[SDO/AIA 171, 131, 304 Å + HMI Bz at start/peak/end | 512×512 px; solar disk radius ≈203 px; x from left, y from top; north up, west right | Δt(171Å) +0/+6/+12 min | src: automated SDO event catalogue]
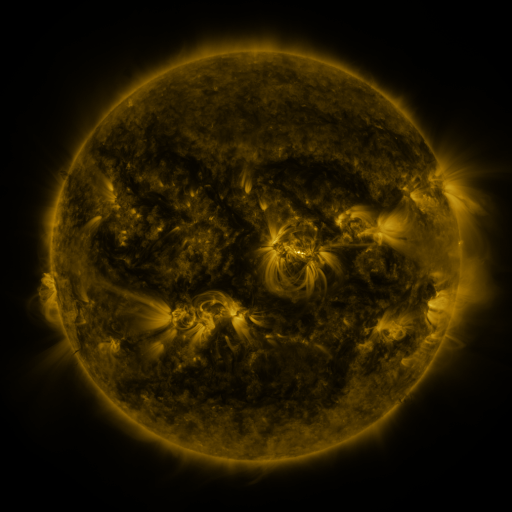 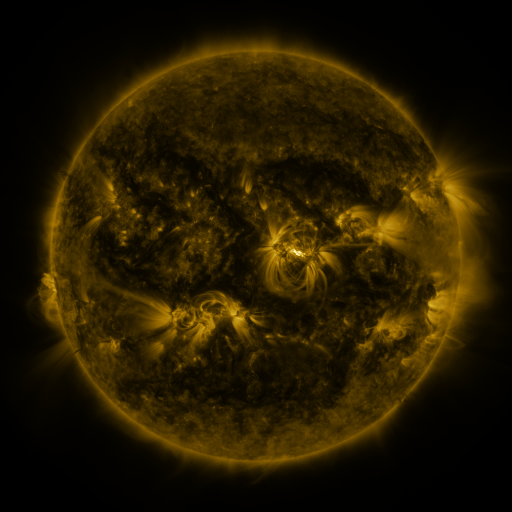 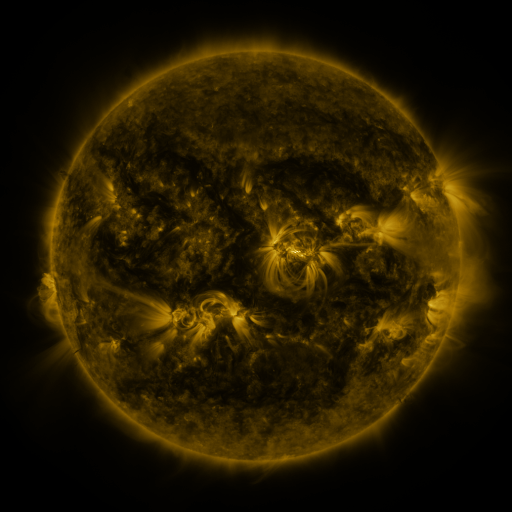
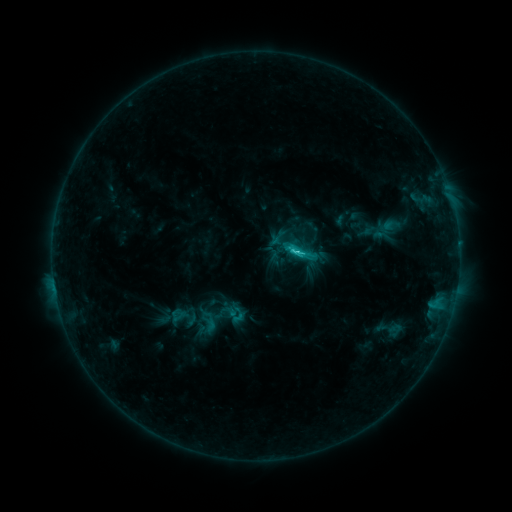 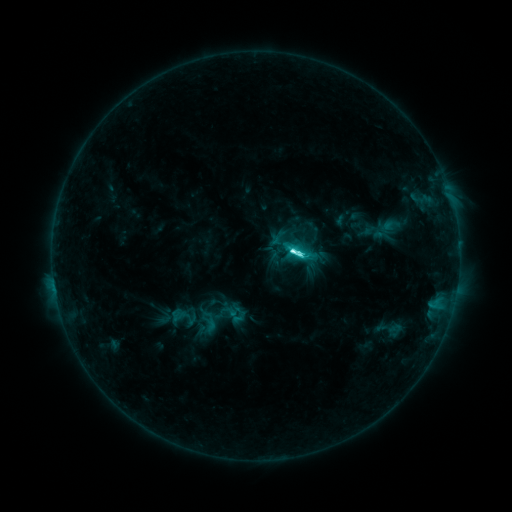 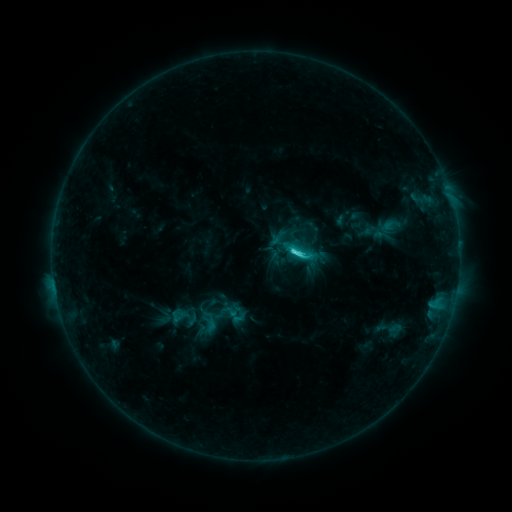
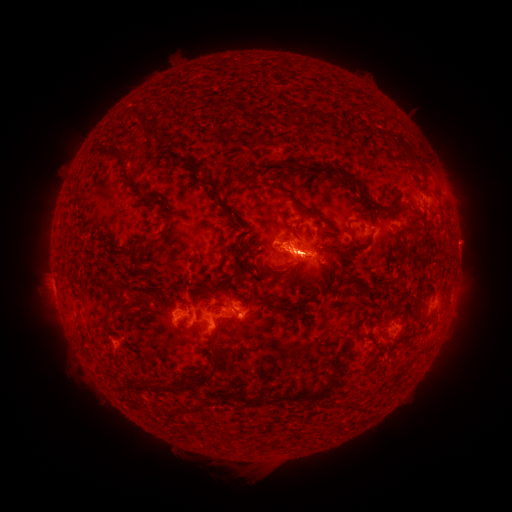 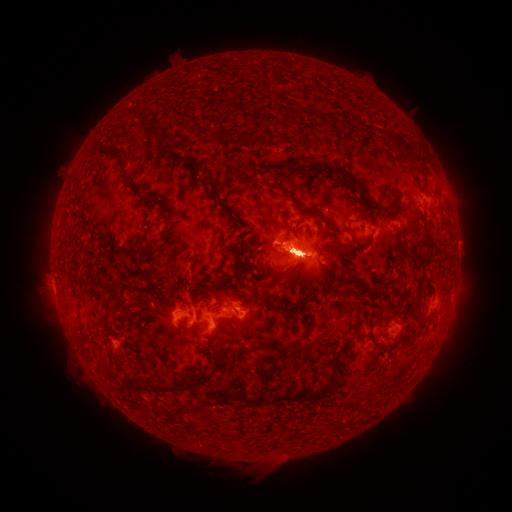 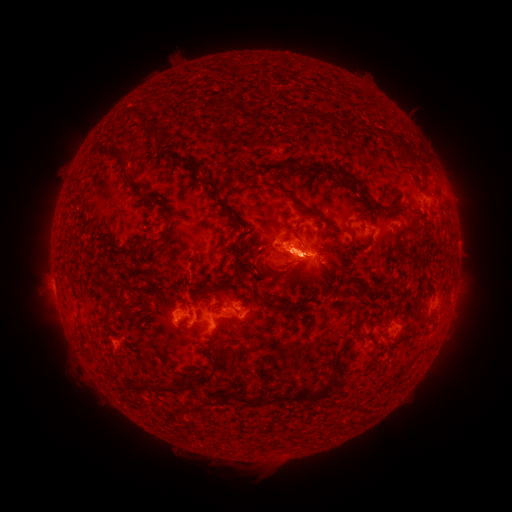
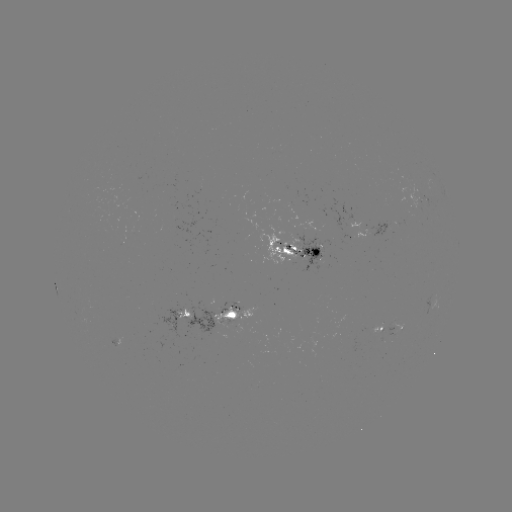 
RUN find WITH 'C9.3 flare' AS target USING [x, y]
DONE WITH [298, 256] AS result